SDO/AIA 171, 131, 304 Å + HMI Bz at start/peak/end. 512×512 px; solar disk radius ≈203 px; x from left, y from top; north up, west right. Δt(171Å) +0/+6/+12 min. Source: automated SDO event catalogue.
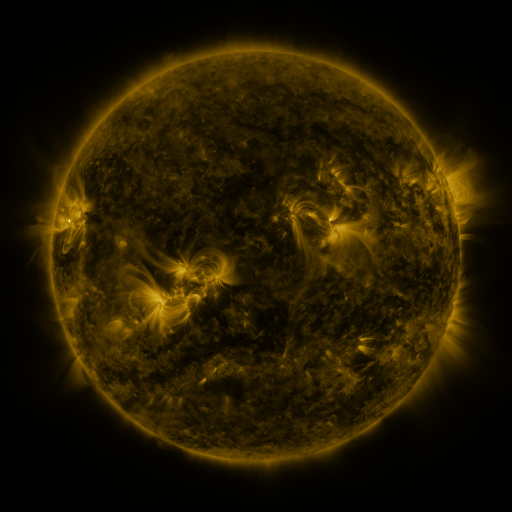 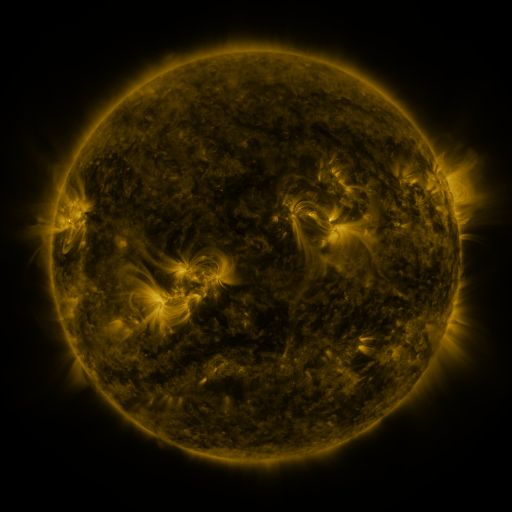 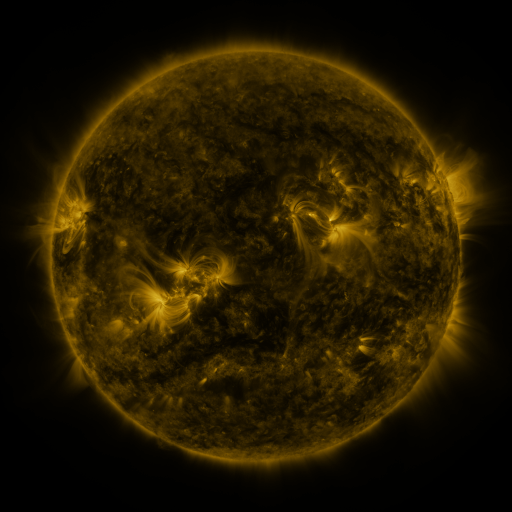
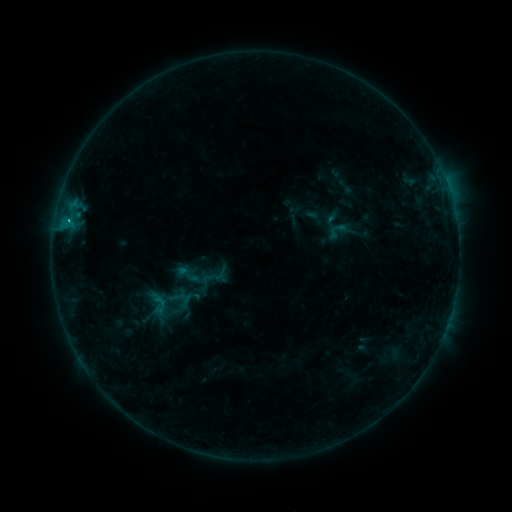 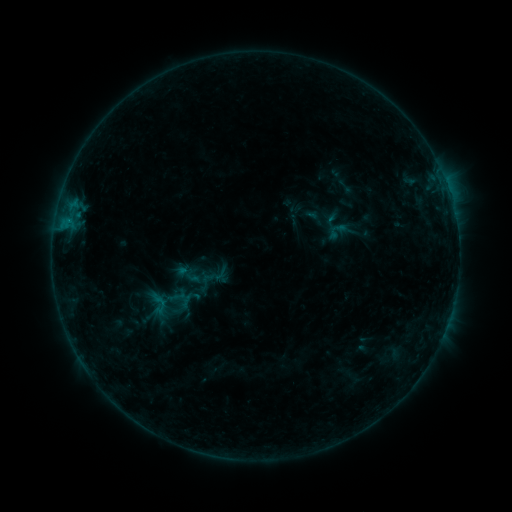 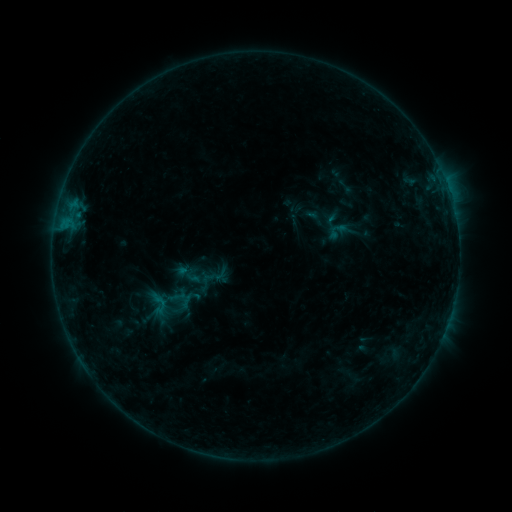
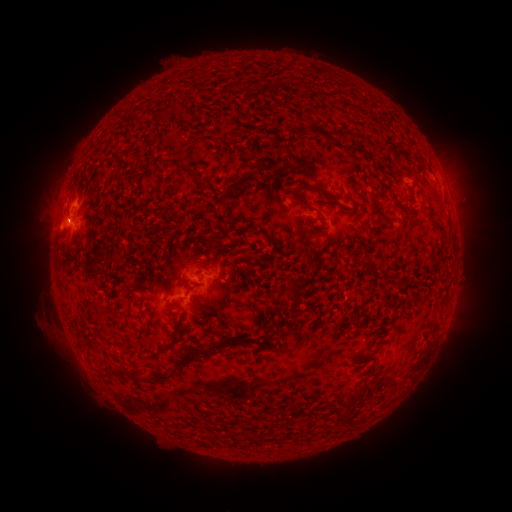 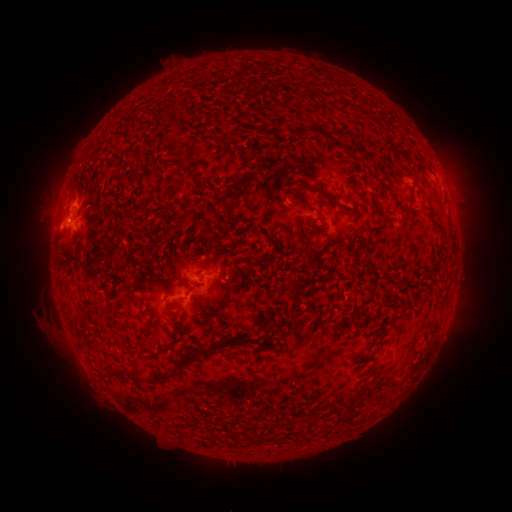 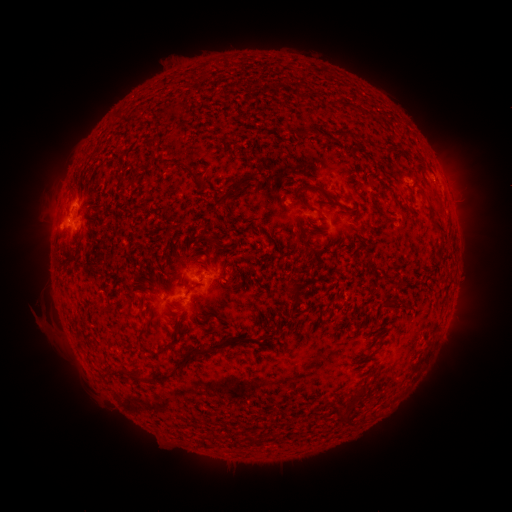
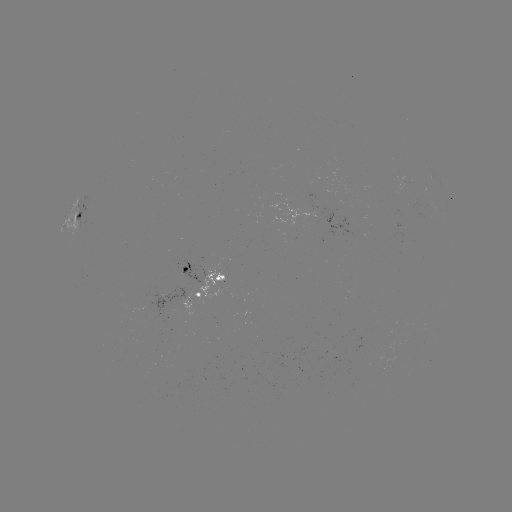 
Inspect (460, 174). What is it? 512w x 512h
eruption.